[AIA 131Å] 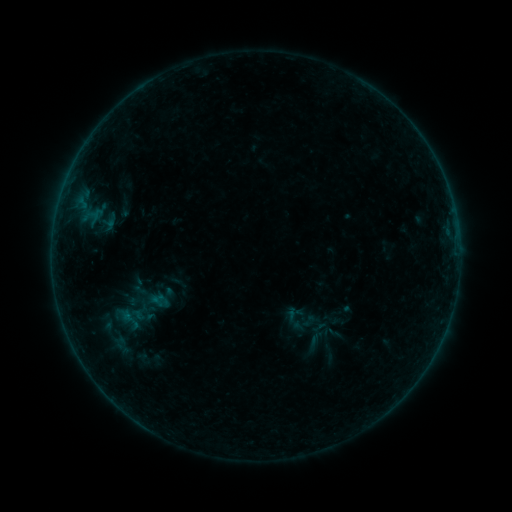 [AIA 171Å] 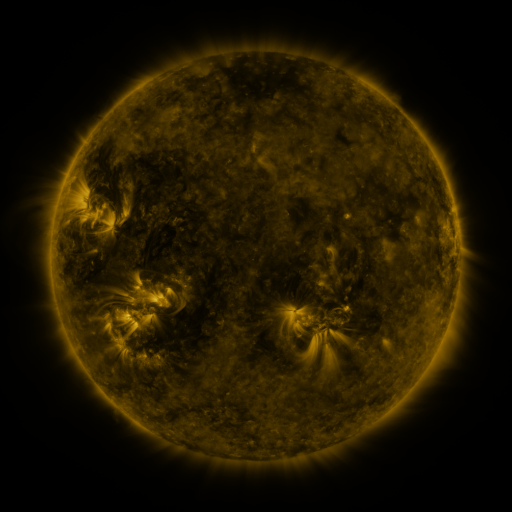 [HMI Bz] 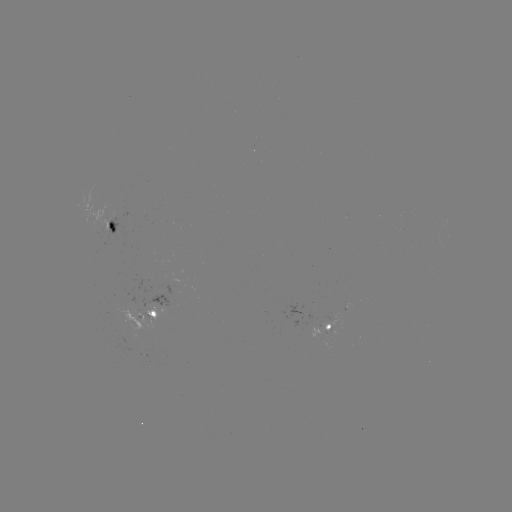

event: sigmoid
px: (109, 220)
